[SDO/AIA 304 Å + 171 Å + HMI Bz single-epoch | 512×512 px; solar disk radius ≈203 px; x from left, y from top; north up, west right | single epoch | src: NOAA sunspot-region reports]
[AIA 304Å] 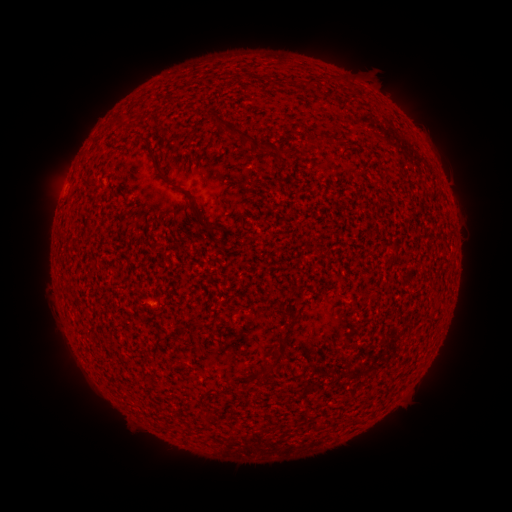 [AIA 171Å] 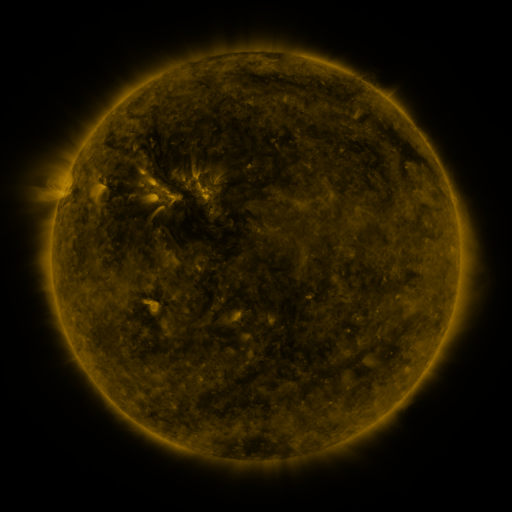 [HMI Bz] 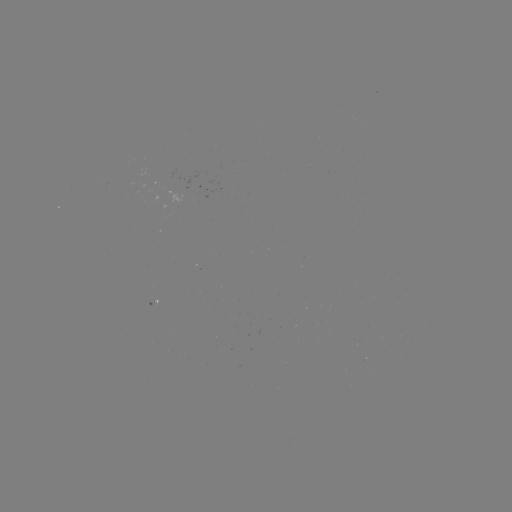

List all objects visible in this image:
(none)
